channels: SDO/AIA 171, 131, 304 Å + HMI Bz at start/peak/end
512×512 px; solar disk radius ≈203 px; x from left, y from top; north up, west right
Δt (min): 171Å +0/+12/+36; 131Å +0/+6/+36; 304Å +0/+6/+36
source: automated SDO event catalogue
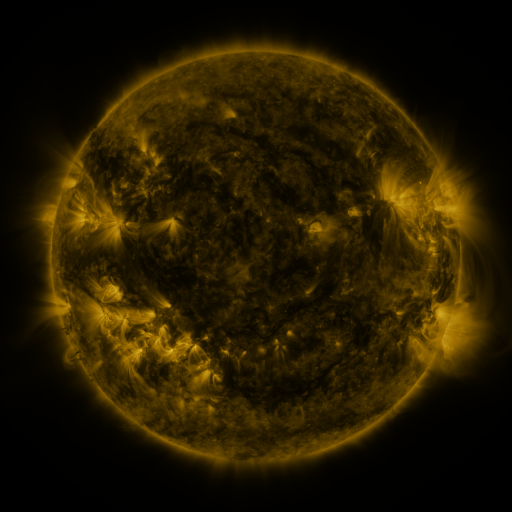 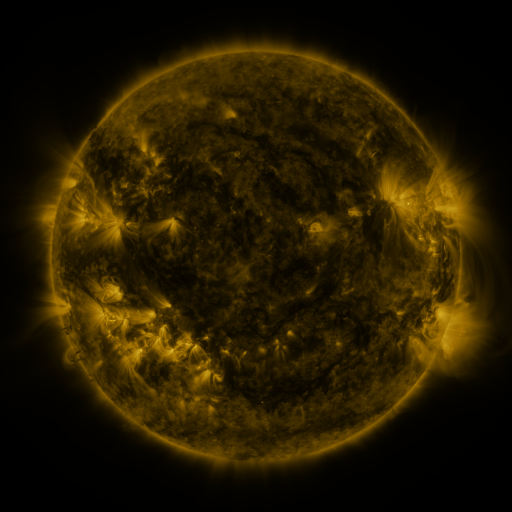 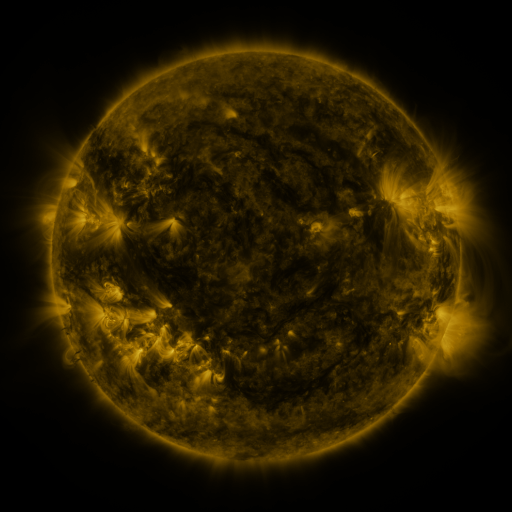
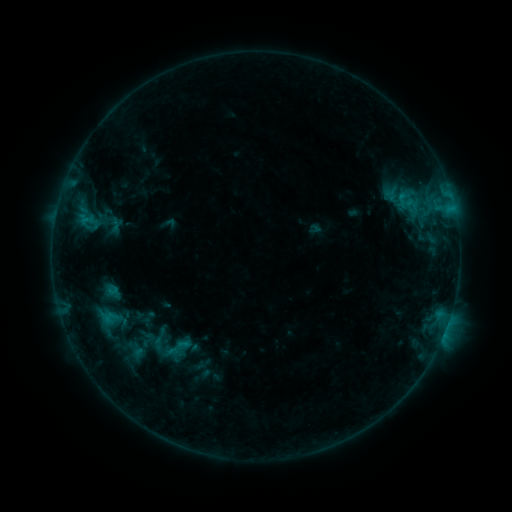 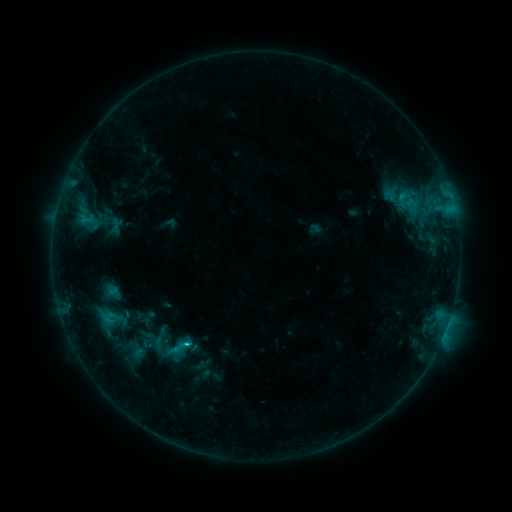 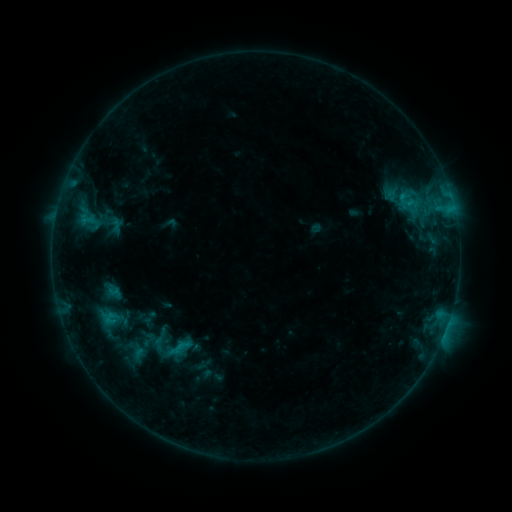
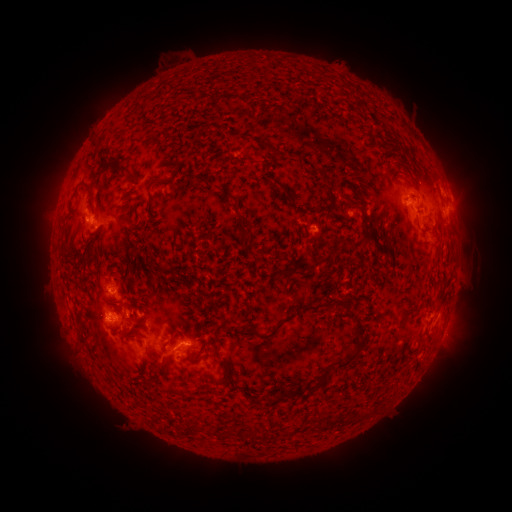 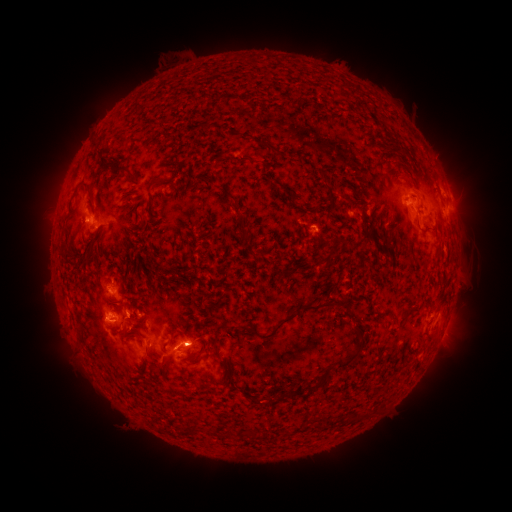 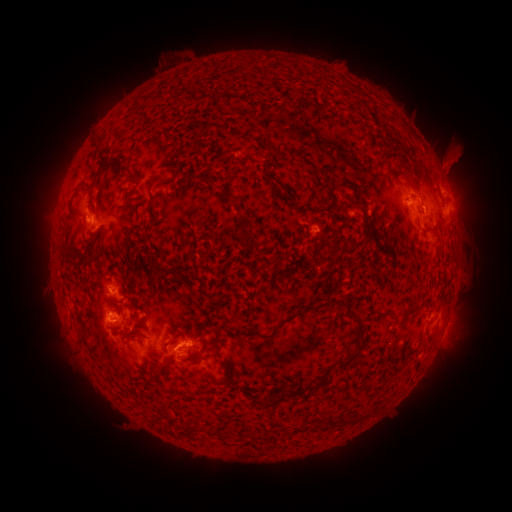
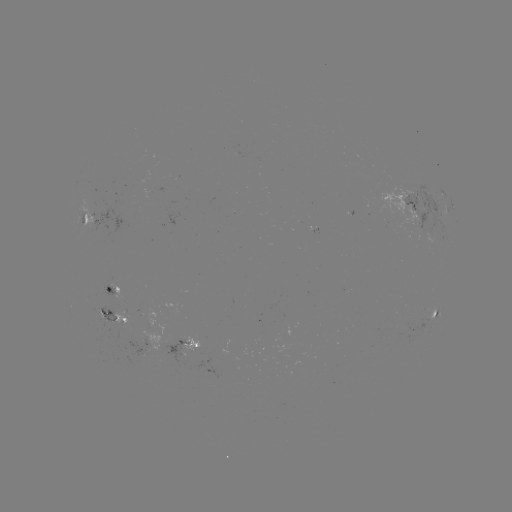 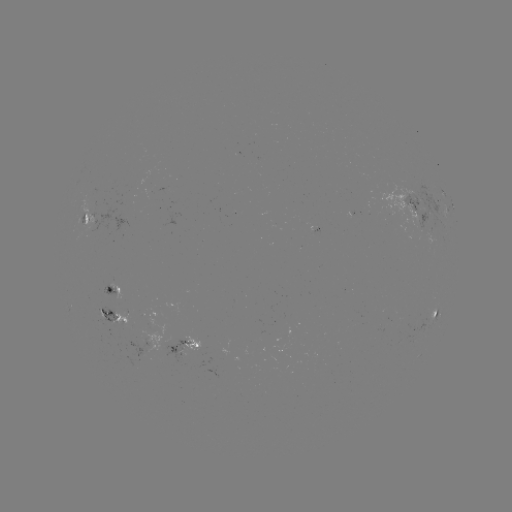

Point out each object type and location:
B9.8 flare: (189, 340)
